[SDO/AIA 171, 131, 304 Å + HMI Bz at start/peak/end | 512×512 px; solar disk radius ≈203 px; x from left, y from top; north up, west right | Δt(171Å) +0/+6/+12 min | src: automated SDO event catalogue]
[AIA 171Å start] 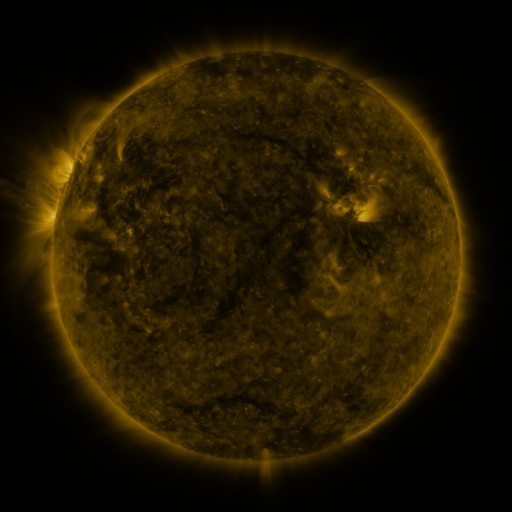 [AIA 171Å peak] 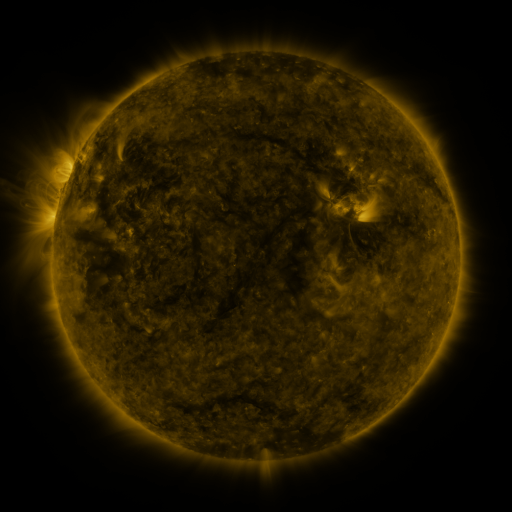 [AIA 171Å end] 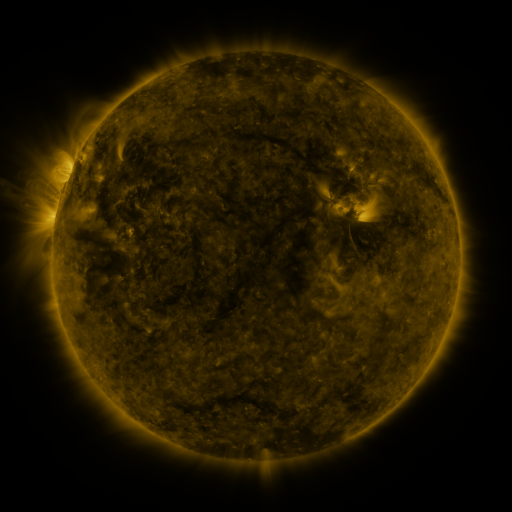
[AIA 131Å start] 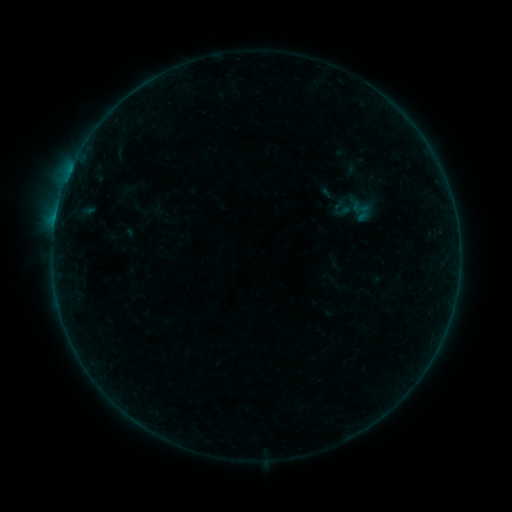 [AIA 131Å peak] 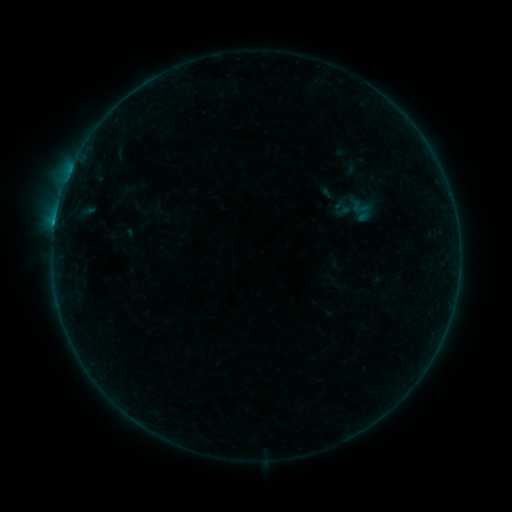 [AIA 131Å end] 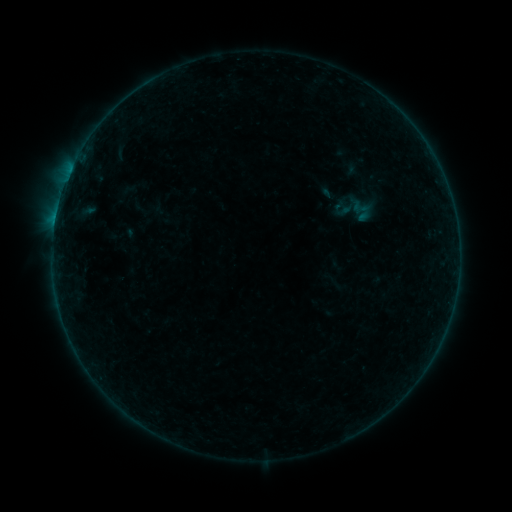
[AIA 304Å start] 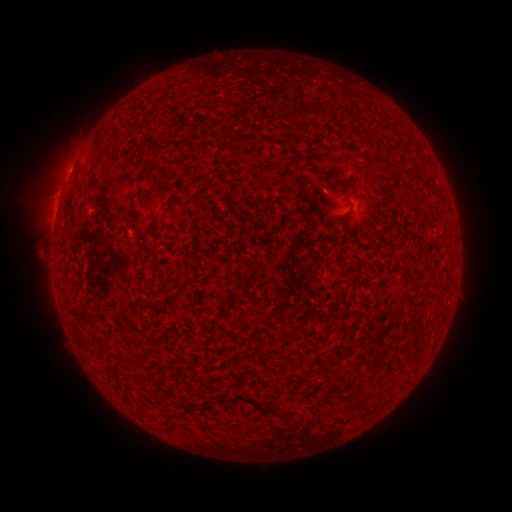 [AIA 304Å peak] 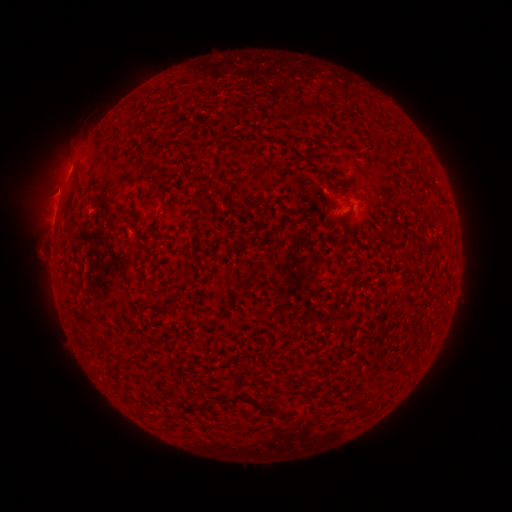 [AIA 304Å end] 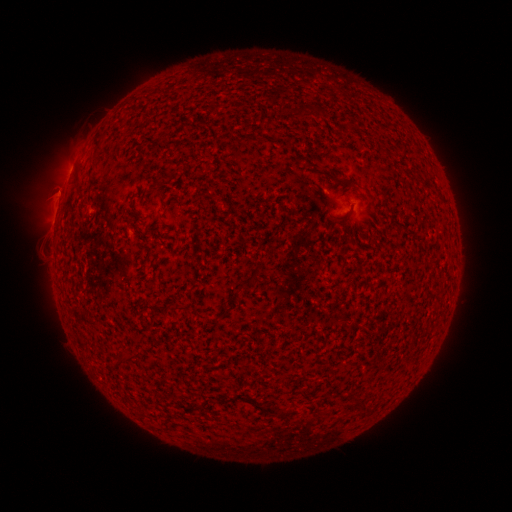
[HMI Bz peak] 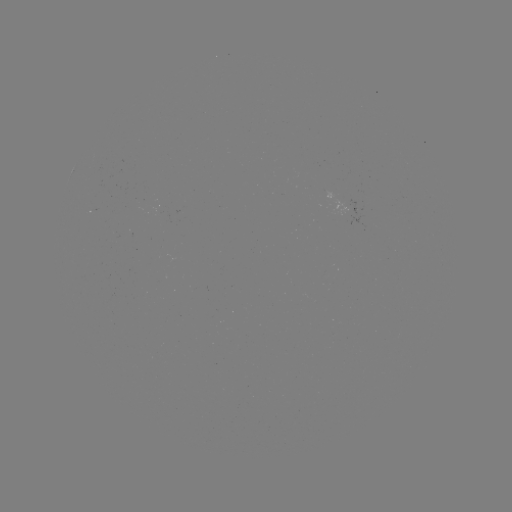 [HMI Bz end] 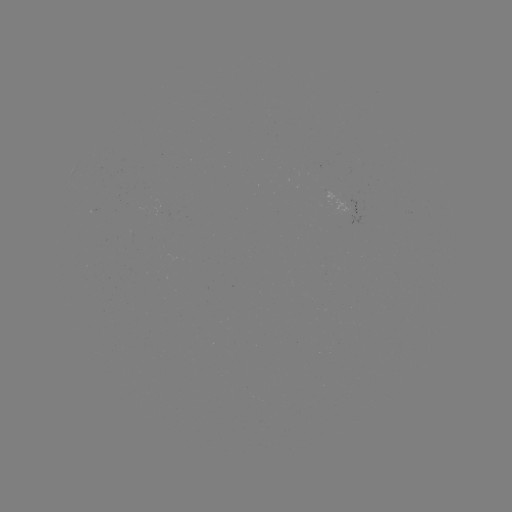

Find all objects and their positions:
B4.0 flare: (55, 223)
